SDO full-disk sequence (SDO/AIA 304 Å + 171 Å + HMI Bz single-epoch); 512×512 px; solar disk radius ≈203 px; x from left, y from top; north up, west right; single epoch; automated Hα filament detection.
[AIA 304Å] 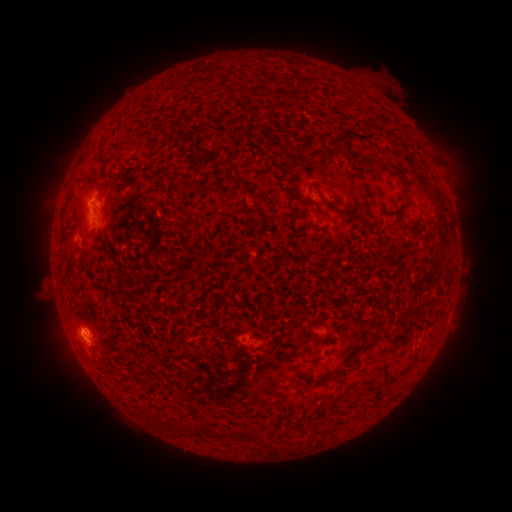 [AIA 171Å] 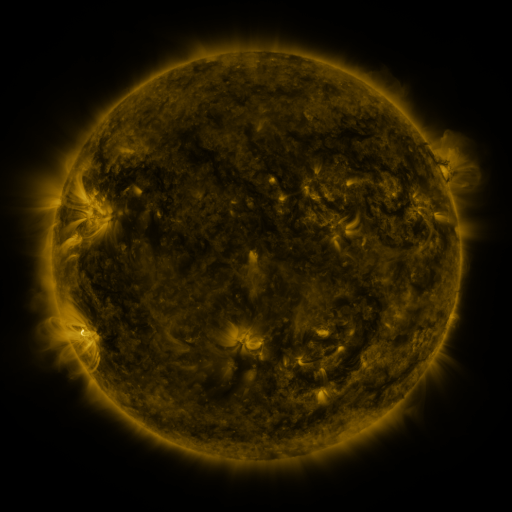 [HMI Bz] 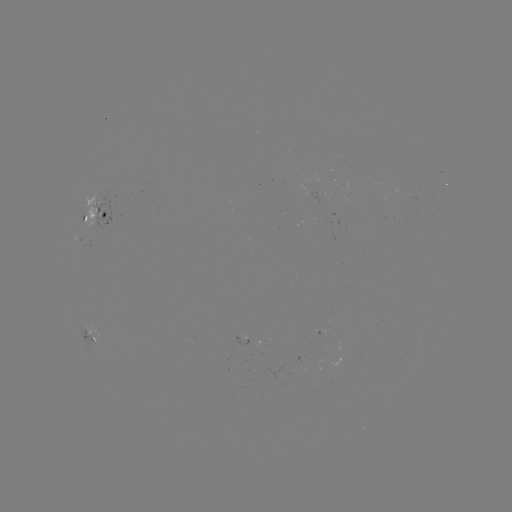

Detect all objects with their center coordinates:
filament: (245, 92)
filament: (375, 127)
filament: (336, 147)
filament: (131, 171)
filament: (109, 173)
filament: (401, 178)
filament: (94, 181)
filament: (291, 193)
filament: (70, 194)
filament: (309, 202)
filament: (376, 202)
filament: (335, 208)
filament: (293, 217)
filament: (184, 228)
filament: (376, 335)
filament: (184, 429)
filament: (206, 429)
filament: (253, 435)
